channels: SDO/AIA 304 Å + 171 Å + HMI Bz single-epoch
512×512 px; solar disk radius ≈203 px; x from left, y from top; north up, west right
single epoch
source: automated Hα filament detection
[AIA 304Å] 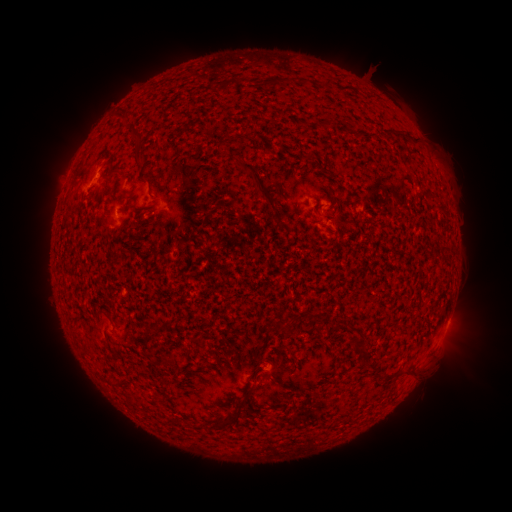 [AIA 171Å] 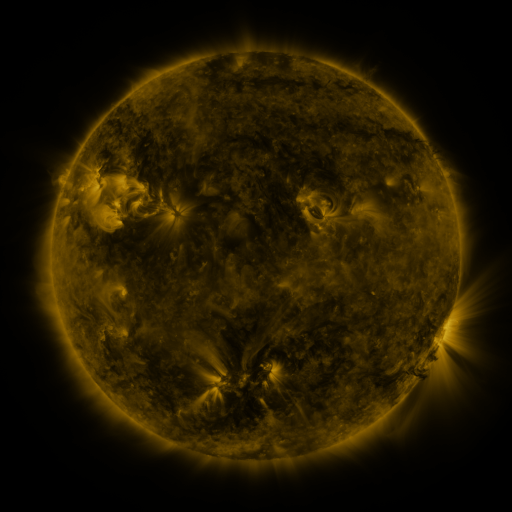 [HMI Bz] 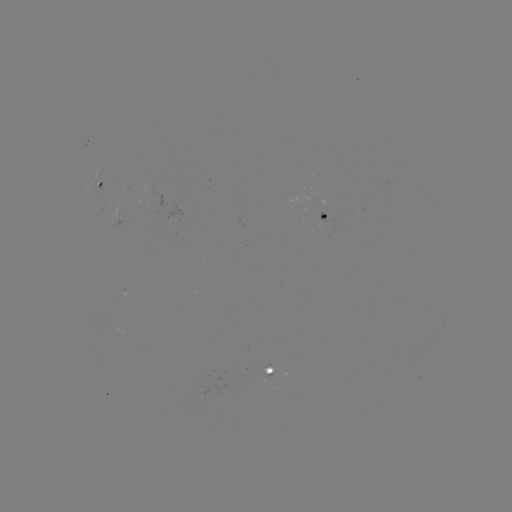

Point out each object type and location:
filament: (230, 83)
filament: (330, 84)
filament: (125, 115)
filament: (325, 125)
filament: (138, 144)
filament: (259, 184)
filament: (282, 329)
filament: (356, 343)
filament: (169, 360)
filament: (408, 375)
filament: (245, 393)
filament: (228, 418)
